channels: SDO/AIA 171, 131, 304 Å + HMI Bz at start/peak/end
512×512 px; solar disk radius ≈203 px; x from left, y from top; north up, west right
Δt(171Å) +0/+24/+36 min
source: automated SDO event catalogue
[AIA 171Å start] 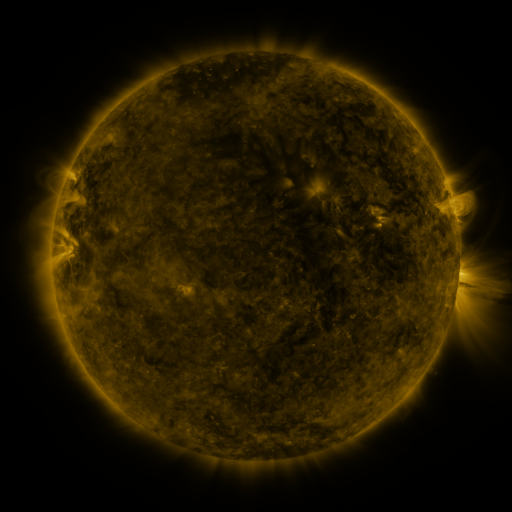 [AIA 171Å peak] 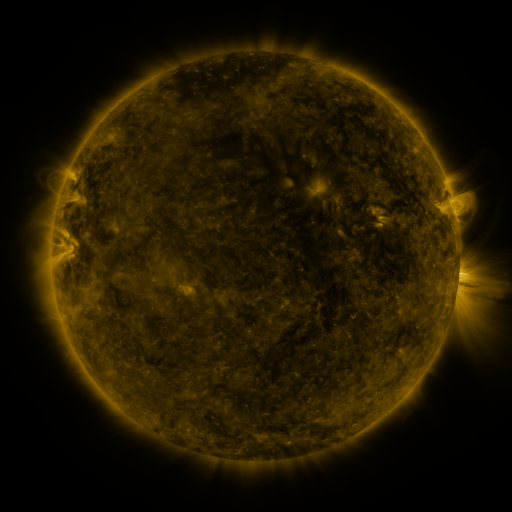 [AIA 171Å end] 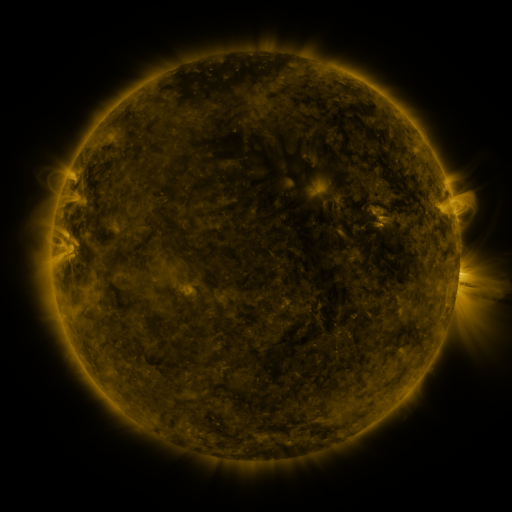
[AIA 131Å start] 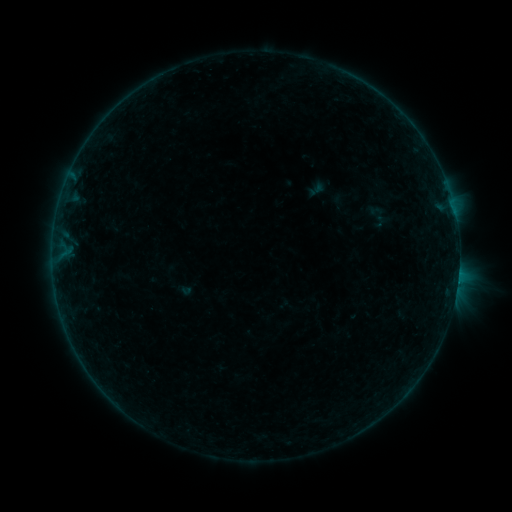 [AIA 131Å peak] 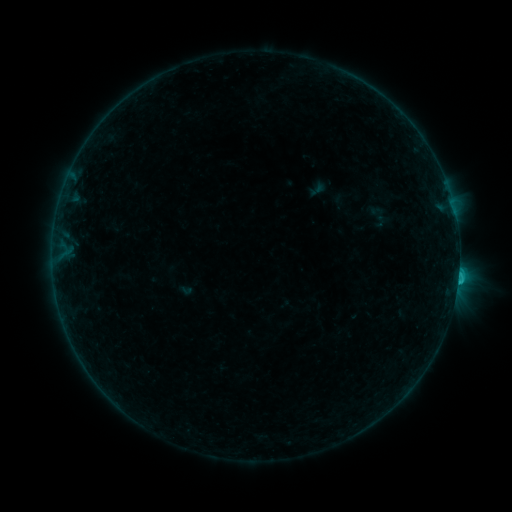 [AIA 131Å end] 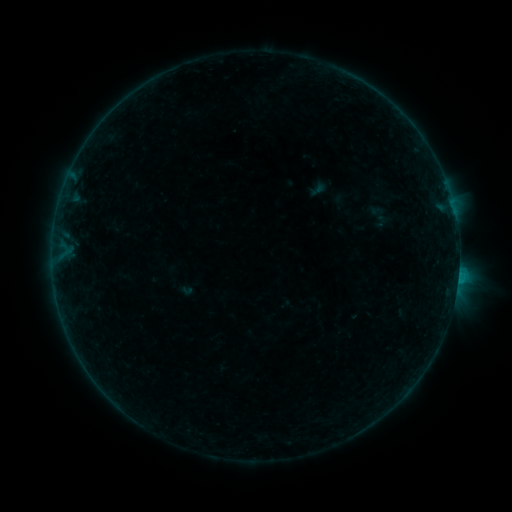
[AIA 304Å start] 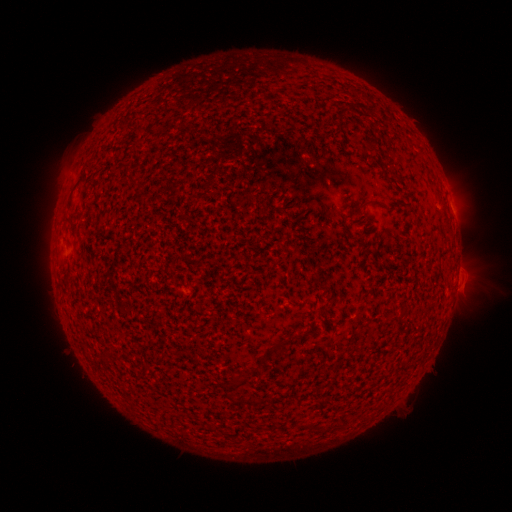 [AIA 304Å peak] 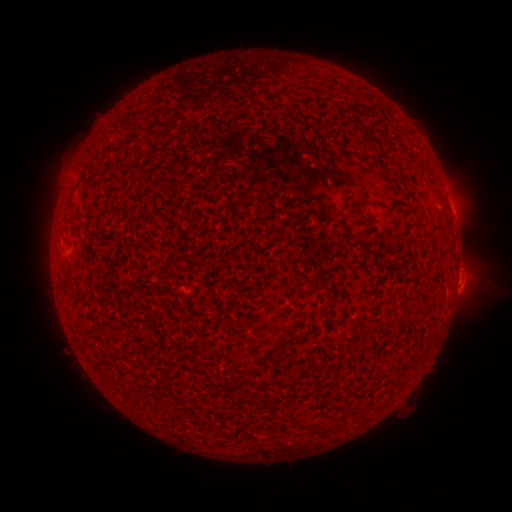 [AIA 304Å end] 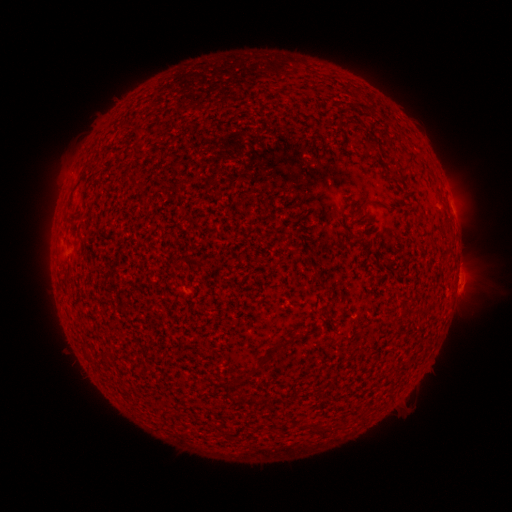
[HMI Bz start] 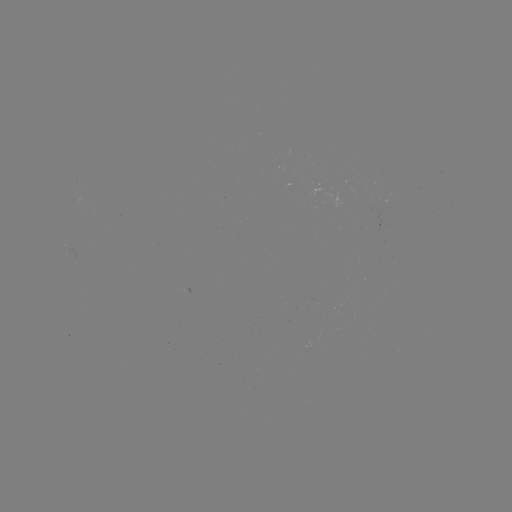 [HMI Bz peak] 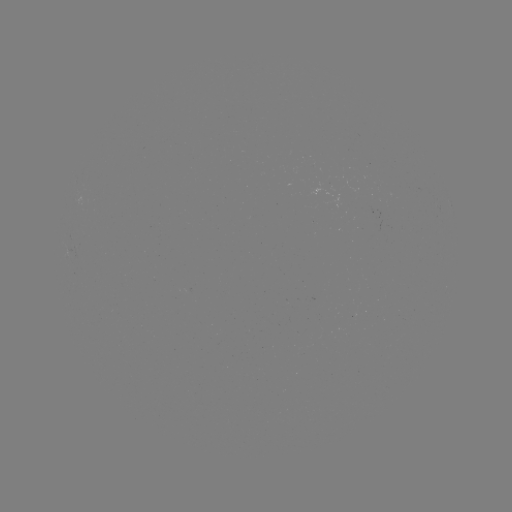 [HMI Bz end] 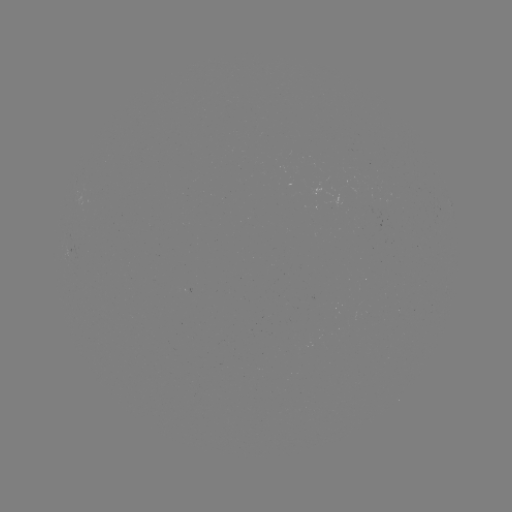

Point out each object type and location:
C1.1 flare: (457, 280)
